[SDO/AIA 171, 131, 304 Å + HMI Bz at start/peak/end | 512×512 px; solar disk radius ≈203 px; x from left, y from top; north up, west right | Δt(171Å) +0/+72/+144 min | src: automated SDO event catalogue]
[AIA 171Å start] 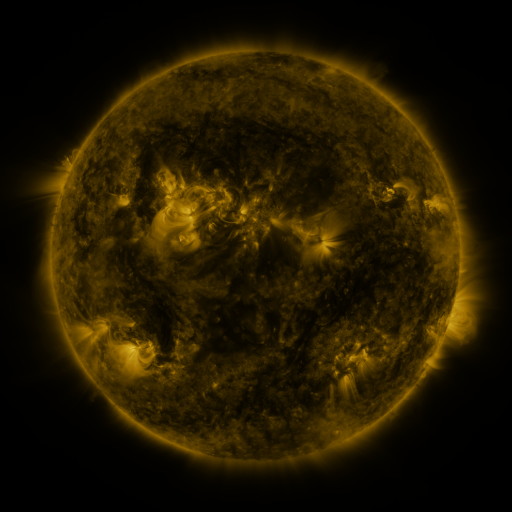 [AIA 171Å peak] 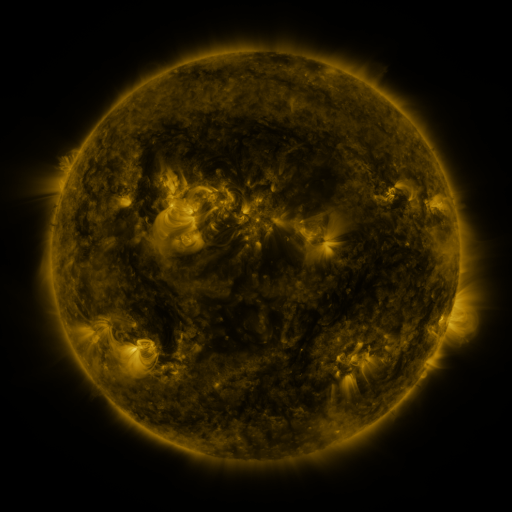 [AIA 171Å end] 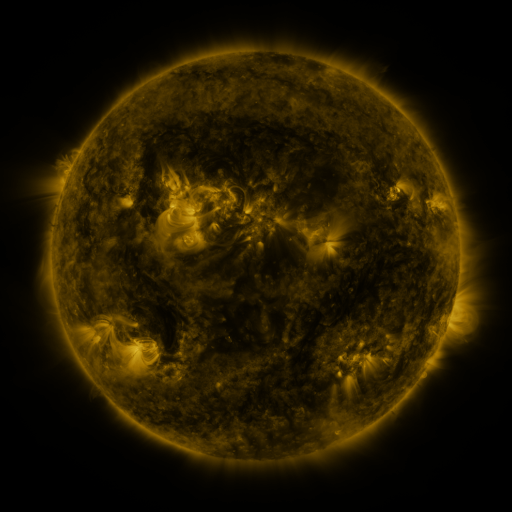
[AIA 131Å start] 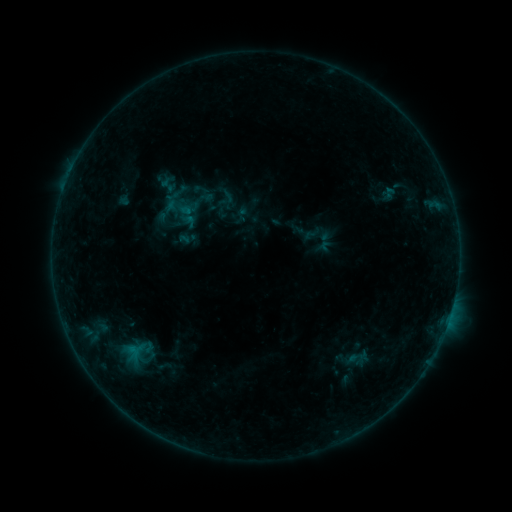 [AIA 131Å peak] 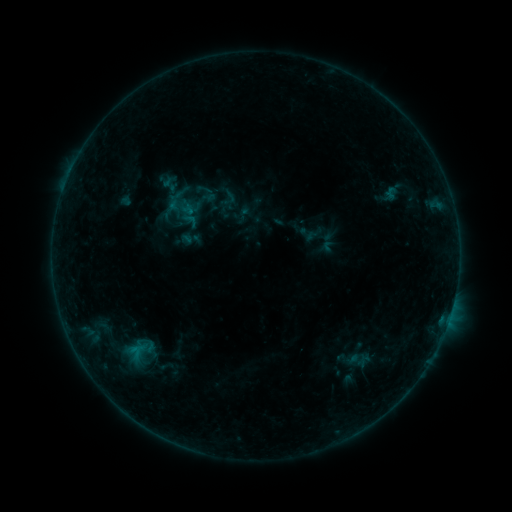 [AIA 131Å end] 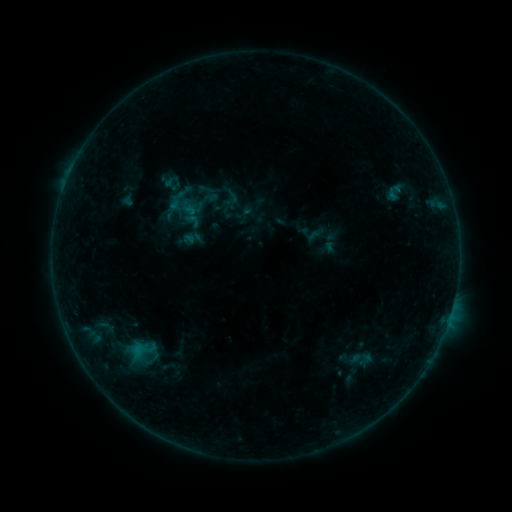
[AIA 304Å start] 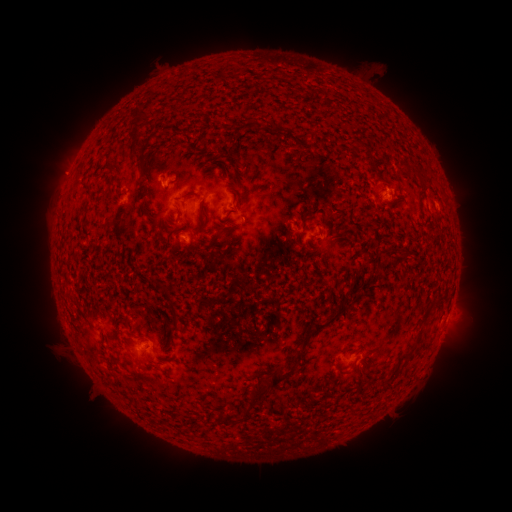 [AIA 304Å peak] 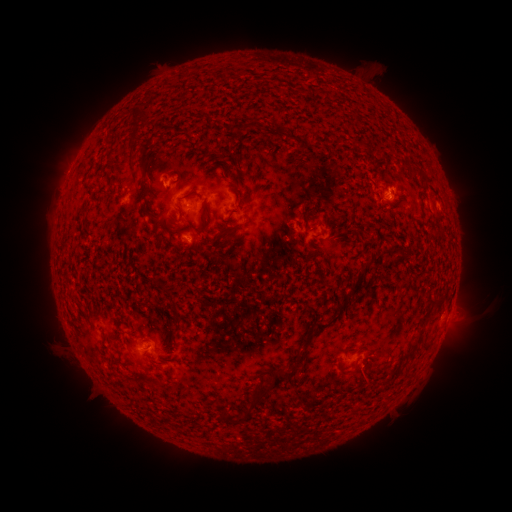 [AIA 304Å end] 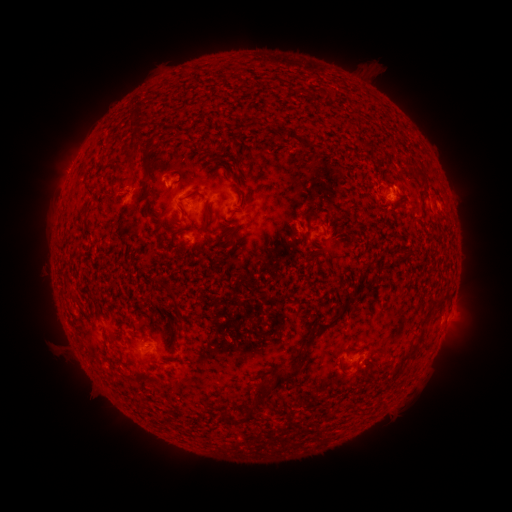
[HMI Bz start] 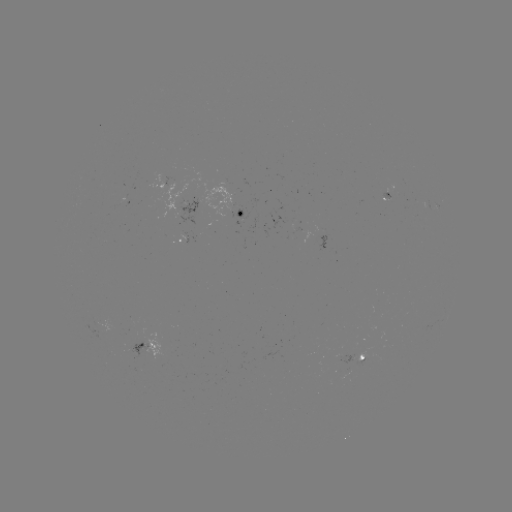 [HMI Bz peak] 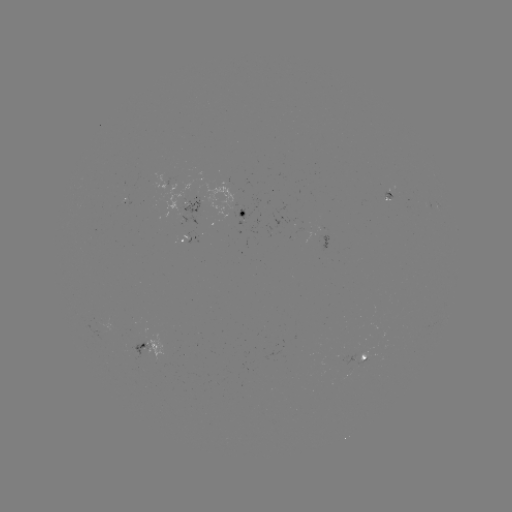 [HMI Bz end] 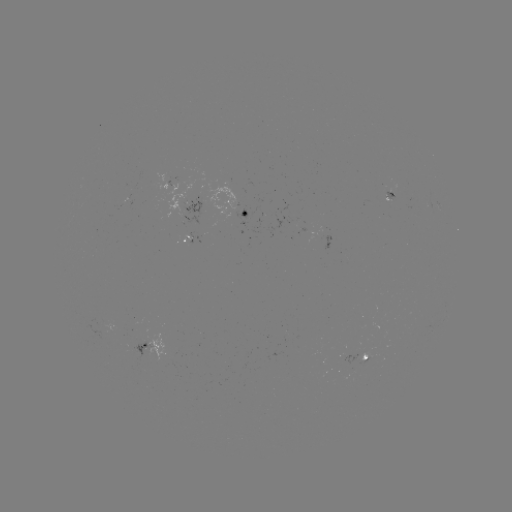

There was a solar filament eruption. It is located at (472, 311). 